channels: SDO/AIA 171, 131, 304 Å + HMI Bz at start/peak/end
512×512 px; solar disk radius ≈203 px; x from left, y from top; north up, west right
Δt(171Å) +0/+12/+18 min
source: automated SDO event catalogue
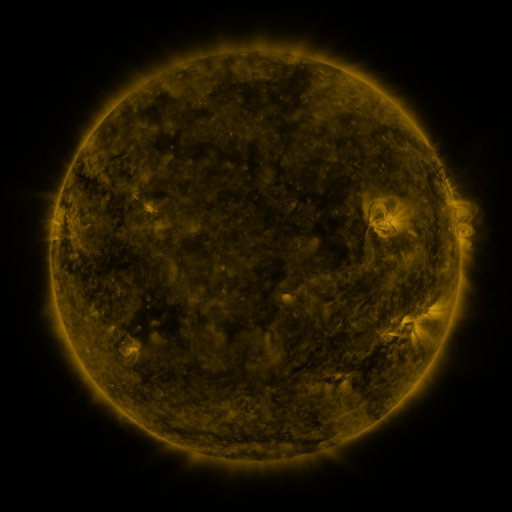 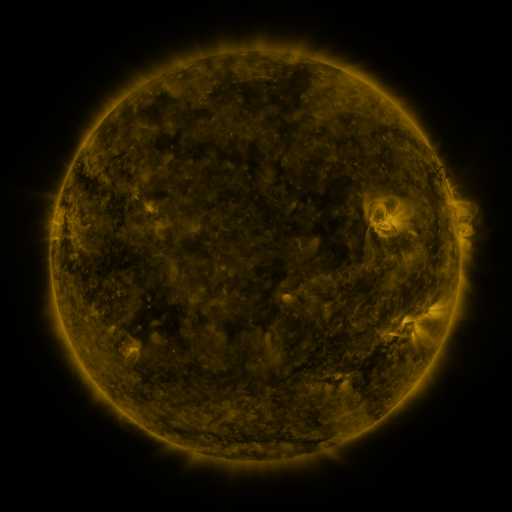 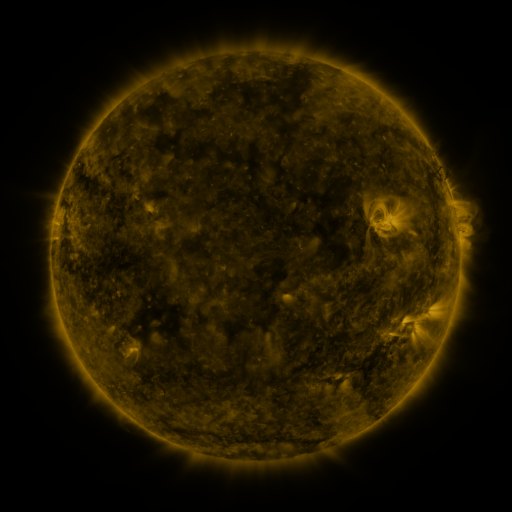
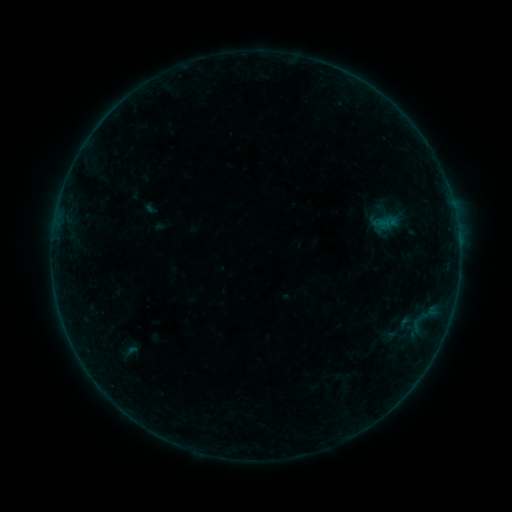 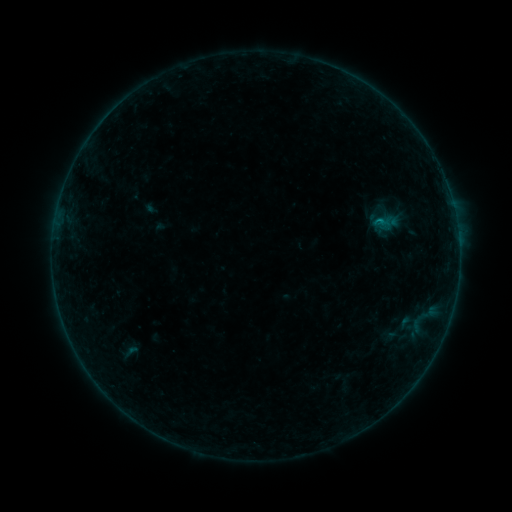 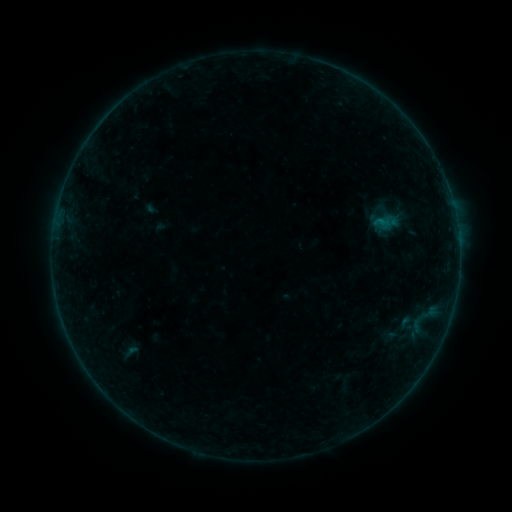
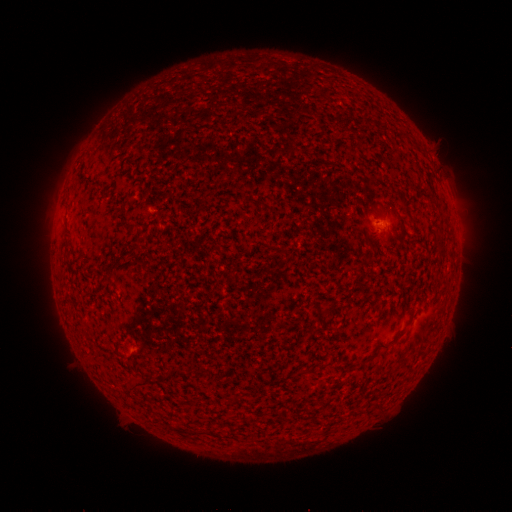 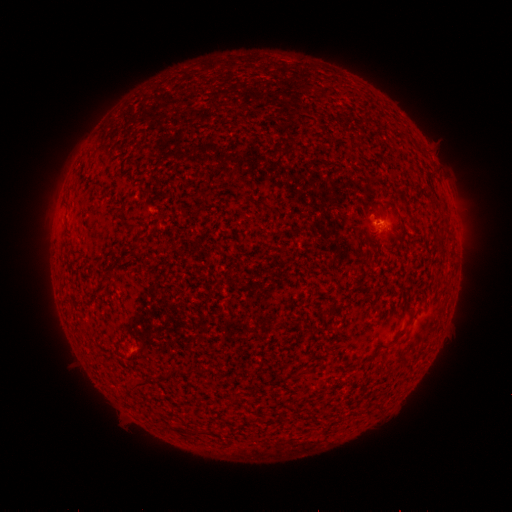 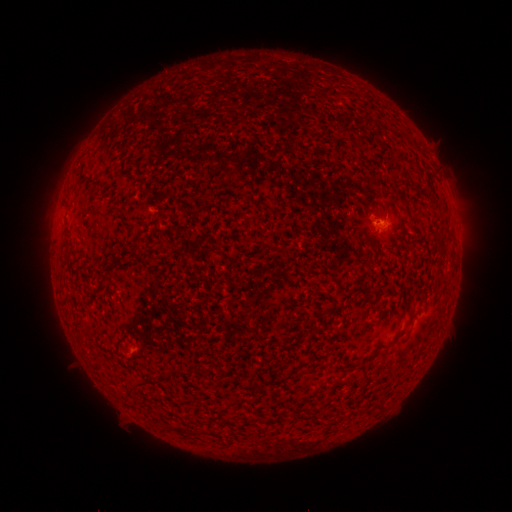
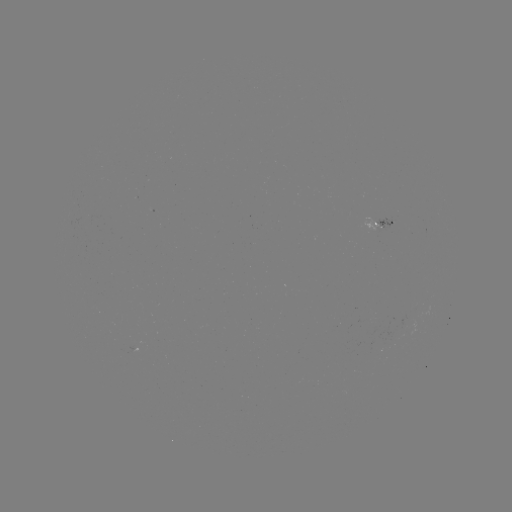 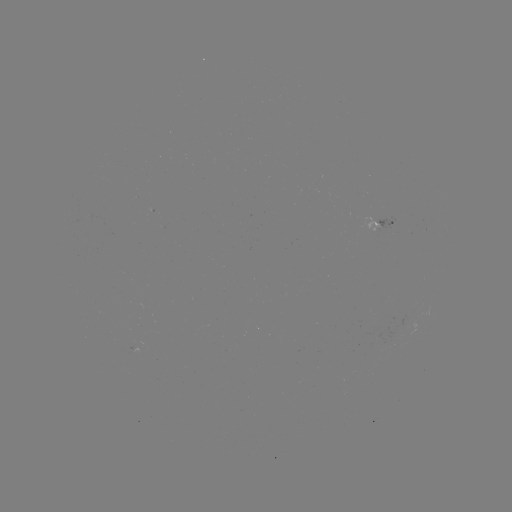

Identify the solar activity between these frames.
B2.0 flare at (378, 224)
